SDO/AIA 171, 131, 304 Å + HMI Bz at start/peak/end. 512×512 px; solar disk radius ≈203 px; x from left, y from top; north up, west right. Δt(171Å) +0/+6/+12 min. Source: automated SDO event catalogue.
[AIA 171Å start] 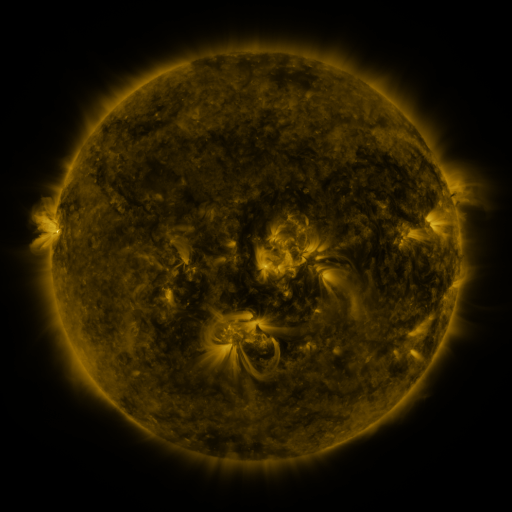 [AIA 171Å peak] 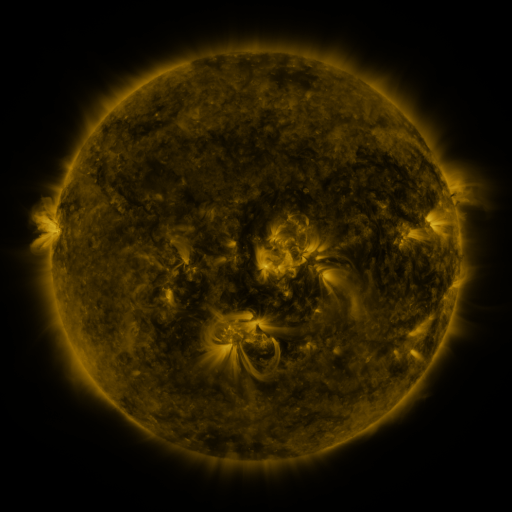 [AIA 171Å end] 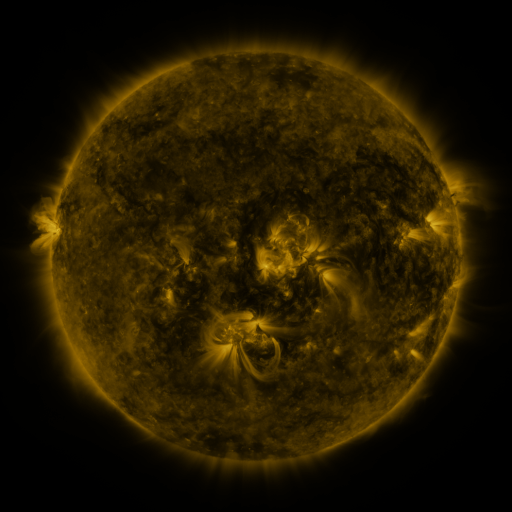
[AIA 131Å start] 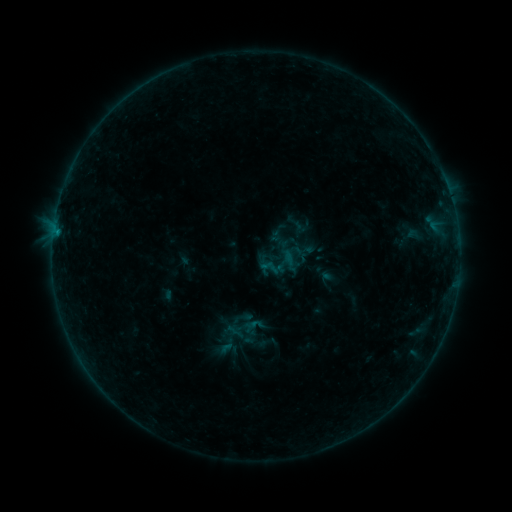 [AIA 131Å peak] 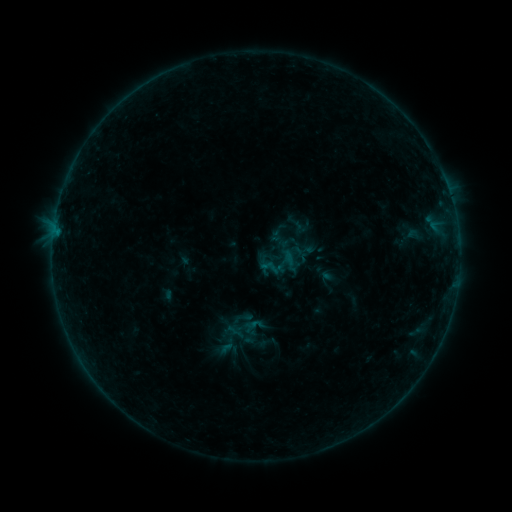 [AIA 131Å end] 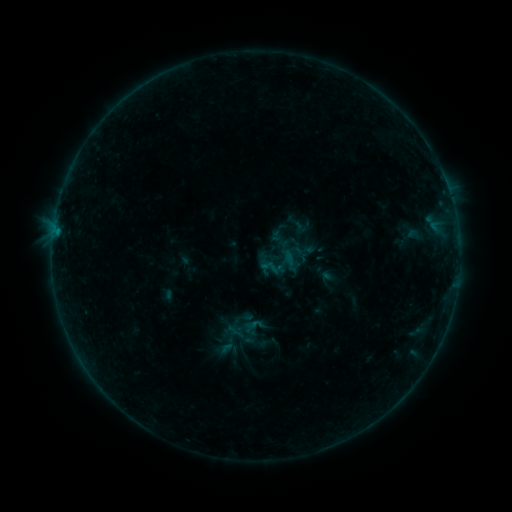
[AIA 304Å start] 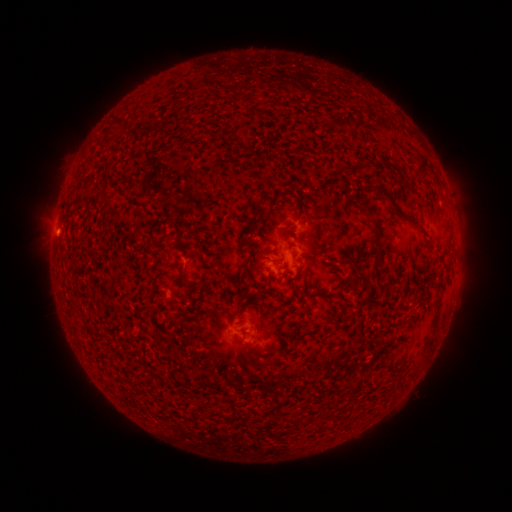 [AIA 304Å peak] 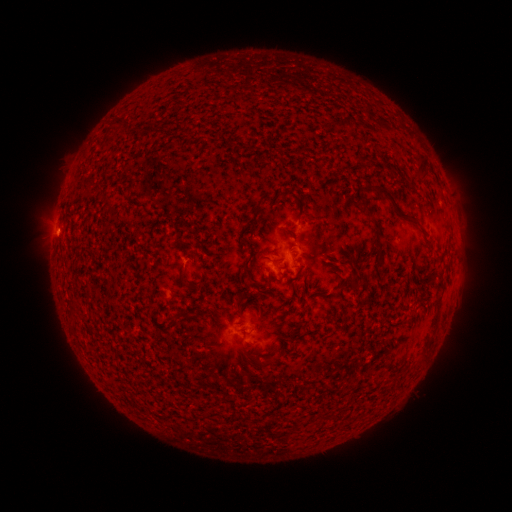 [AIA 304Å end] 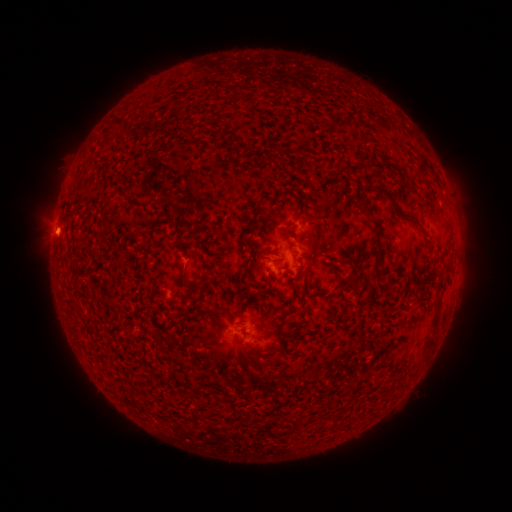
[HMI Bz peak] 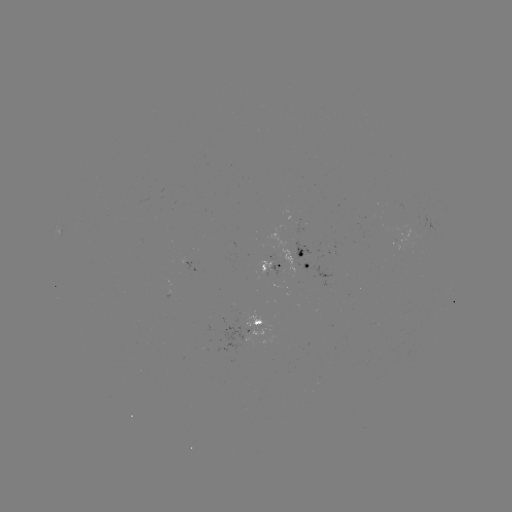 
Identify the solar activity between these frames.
B1.9 flare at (60, 237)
